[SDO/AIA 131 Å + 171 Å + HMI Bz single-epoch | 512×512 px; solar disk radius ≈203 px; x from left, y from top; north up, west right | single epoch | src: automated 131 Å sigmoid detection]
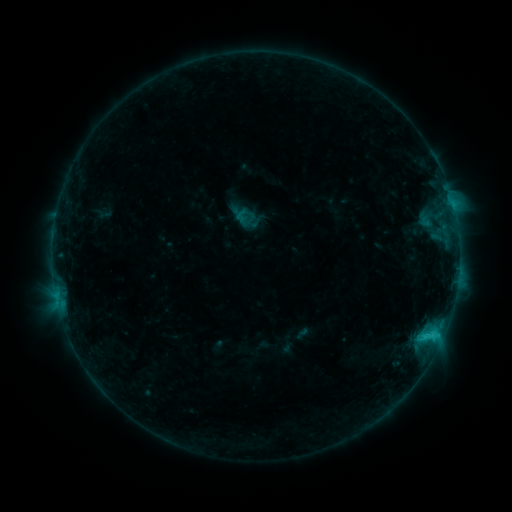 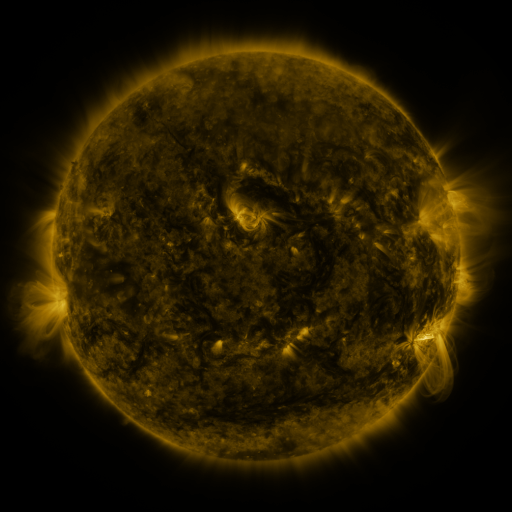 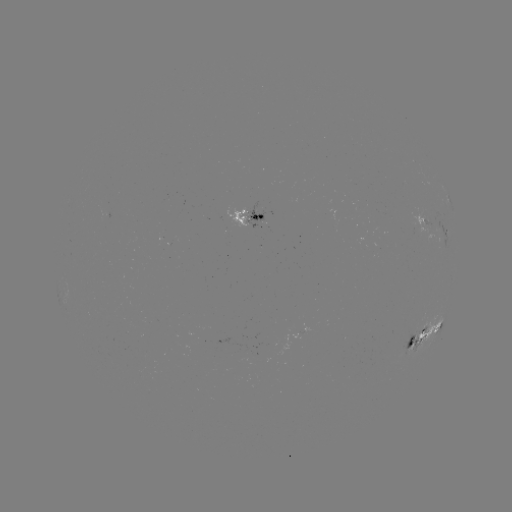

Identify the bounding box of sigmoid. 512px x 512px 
[235, 208, 251, 224].